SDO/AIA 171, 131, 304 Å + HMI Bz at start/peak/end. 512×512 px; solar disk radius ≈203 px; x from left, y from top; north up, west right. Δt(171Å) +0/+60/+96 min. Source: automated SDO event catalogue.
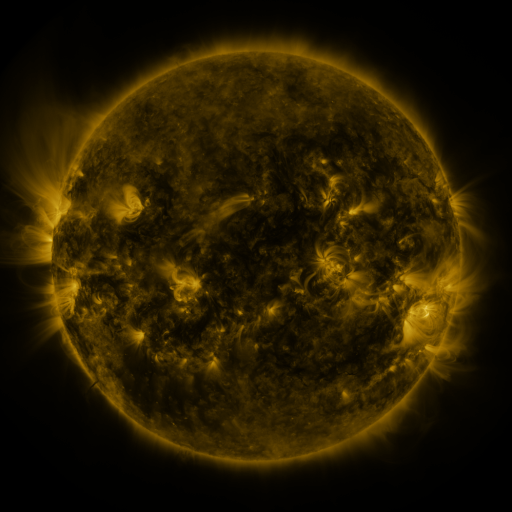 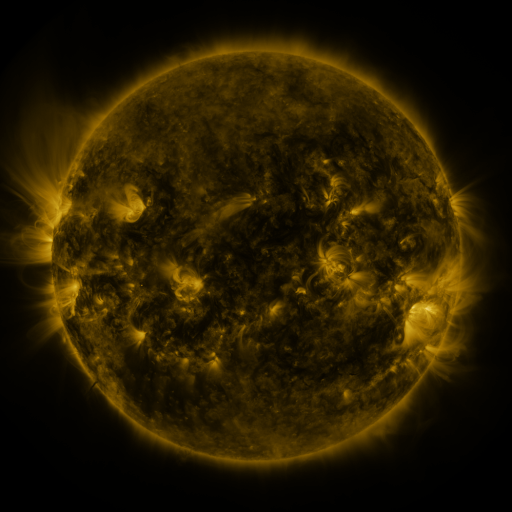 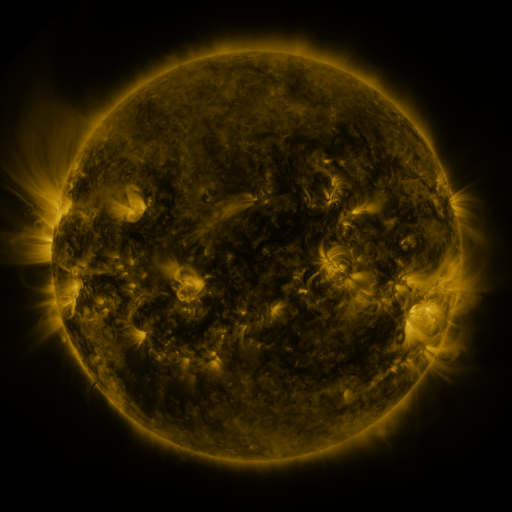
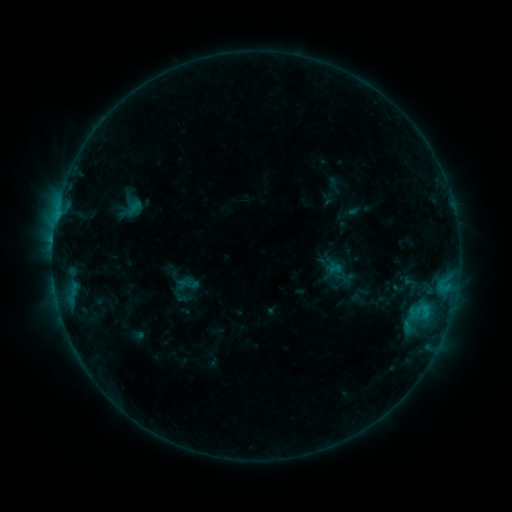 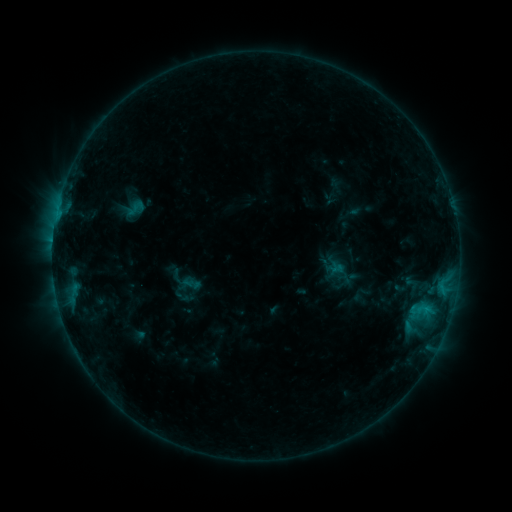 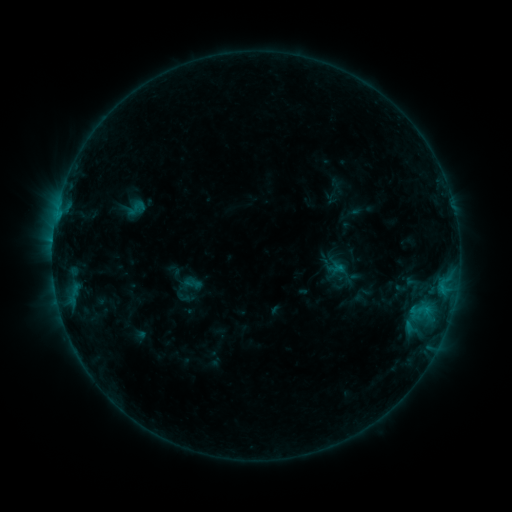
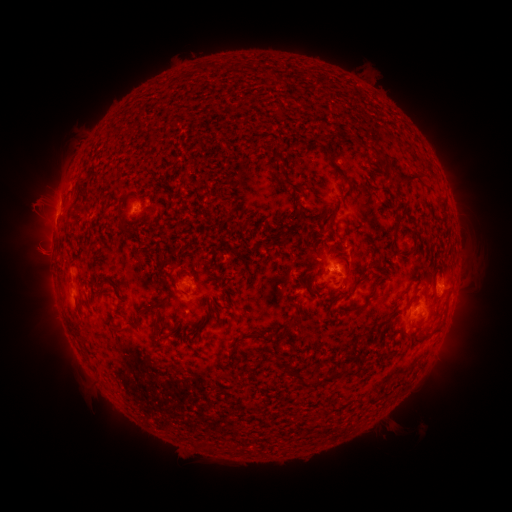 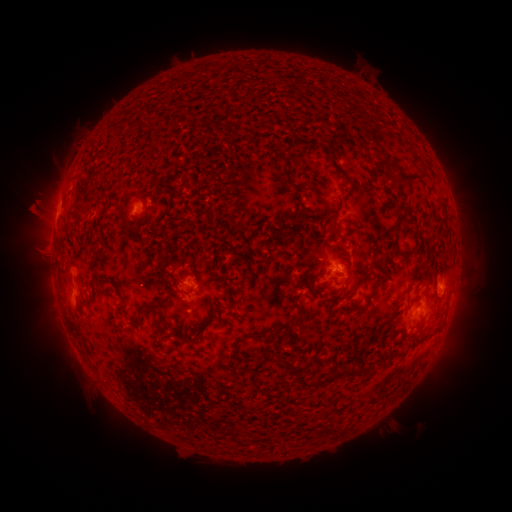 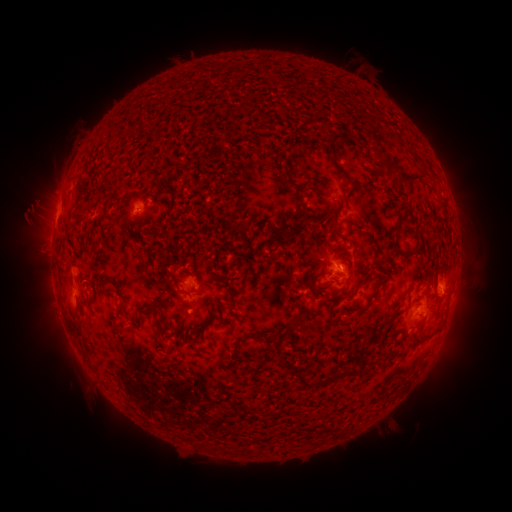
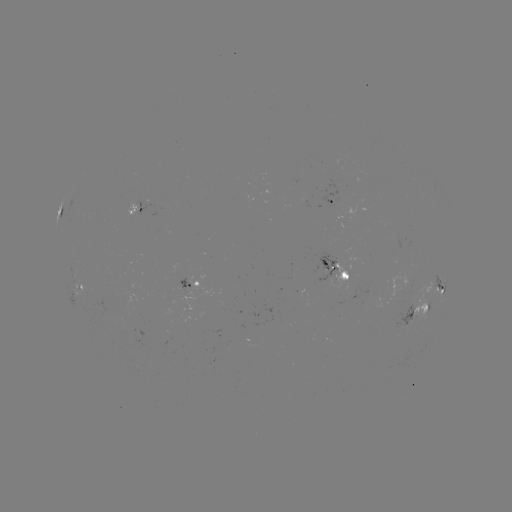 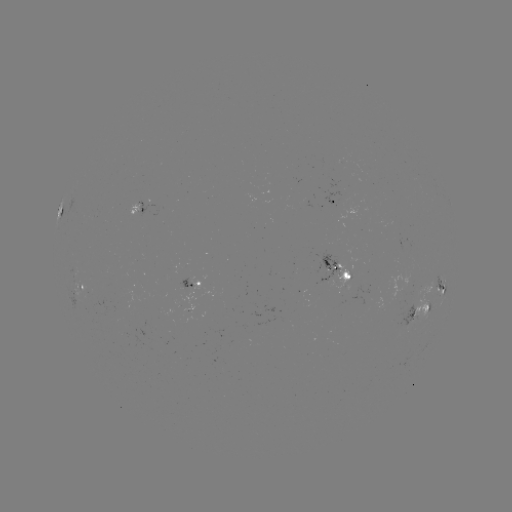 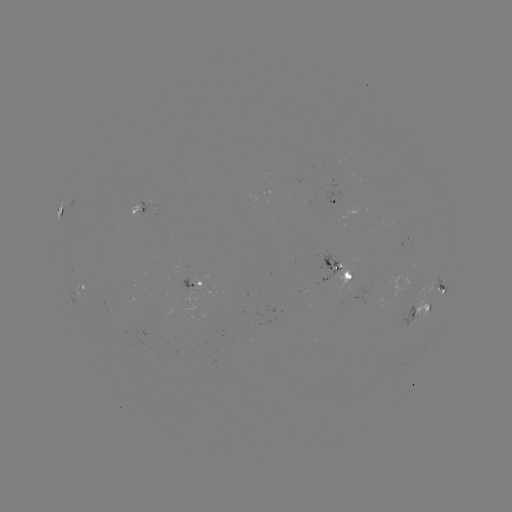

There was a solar emerging-flux region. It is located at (409, 322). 